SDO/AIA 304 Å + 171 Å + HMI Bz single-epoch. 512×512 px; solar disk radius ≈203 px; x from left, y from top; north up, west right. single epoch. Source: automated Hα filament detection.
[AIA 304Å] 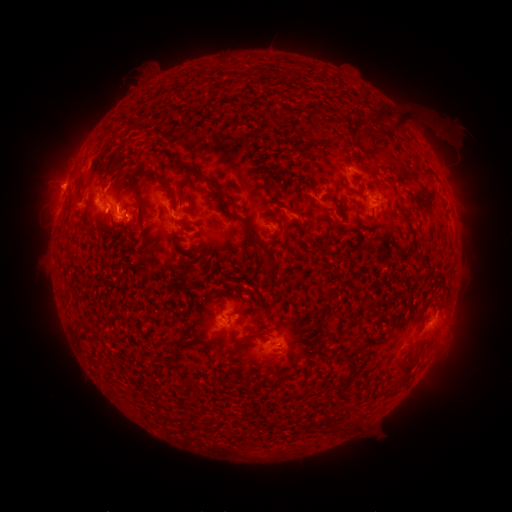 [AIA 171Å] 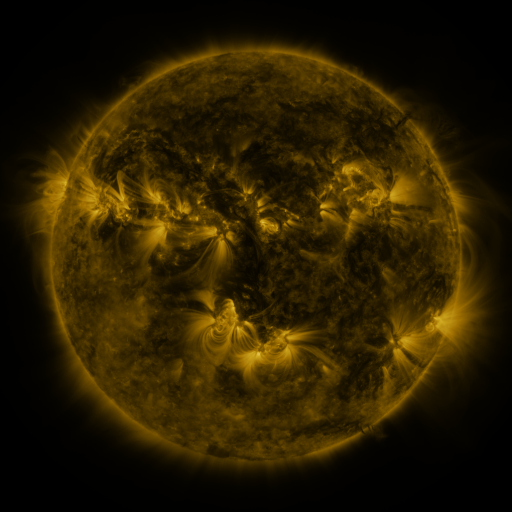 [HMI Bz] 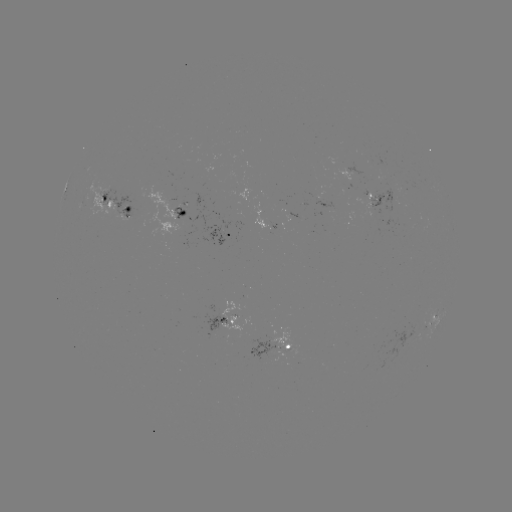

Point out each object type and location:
filament: (384, 115)
filament: (401, 126)
filament: (112, 159)
filament: (119, 166)
filament: (193, 171)
filament: (394, 186)
filament: (168, 188)
filament: (312, 189)
filament: (351, 191)
filament: (218, 199)
filament: (427, 200)
filament: (140, 202)
filament: (112, 211)
filament: (181, 214)
filament: (330, 219)
filament: (409, 224)
filament: (123, 226)
filament: (280, 228)
filament: (259, 258)
filament: (272, 280)
filament: (427, 303)
filament: (205, 344)
filament: (236, 350)
filament: (345, 357)
filament: (270, 363)
filament: (407, 370)
filament: (350, 374)
